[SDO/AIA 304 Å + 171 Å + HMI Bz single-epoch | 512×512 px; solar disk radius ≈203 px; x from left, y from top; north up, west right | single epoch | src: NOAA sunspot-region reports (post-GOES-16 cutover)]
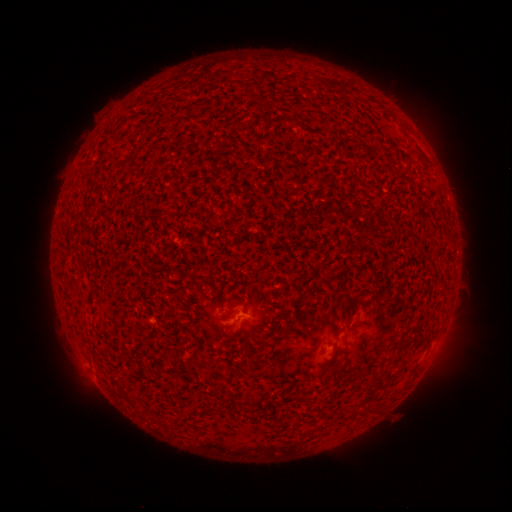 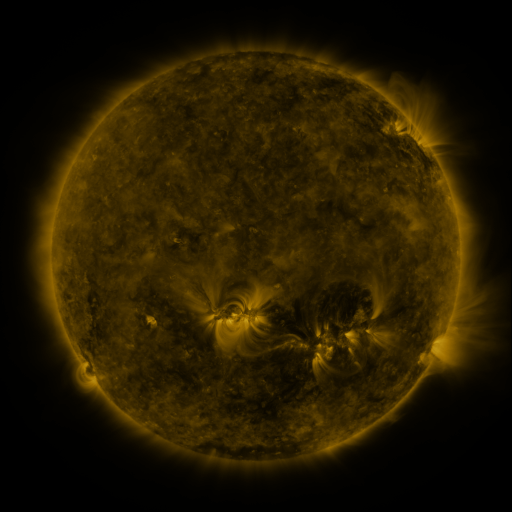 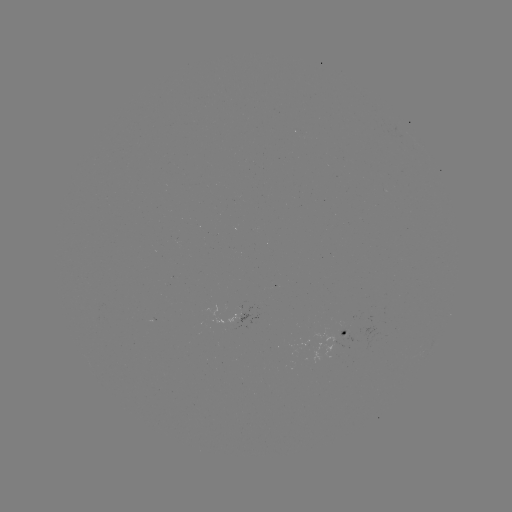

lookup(spotted active region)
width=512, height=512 (348, 328)